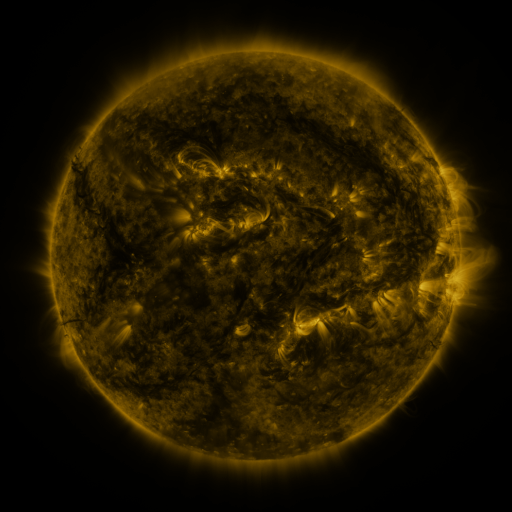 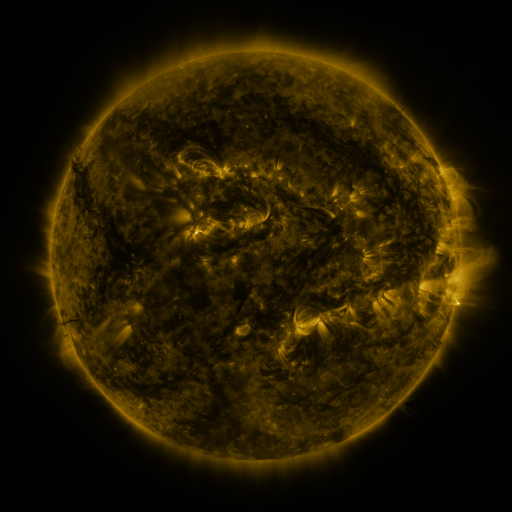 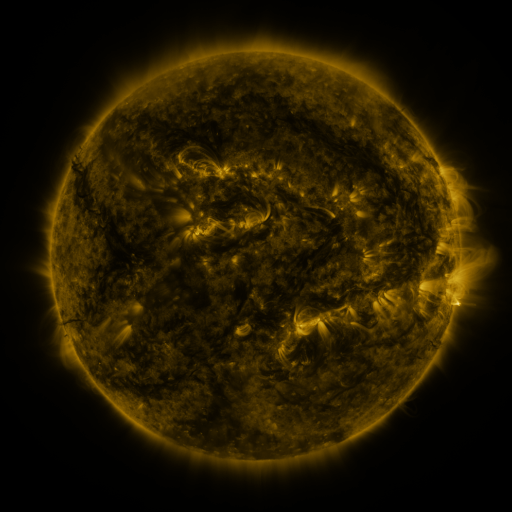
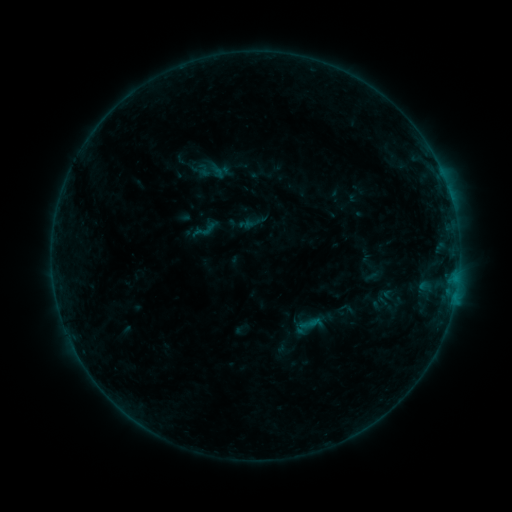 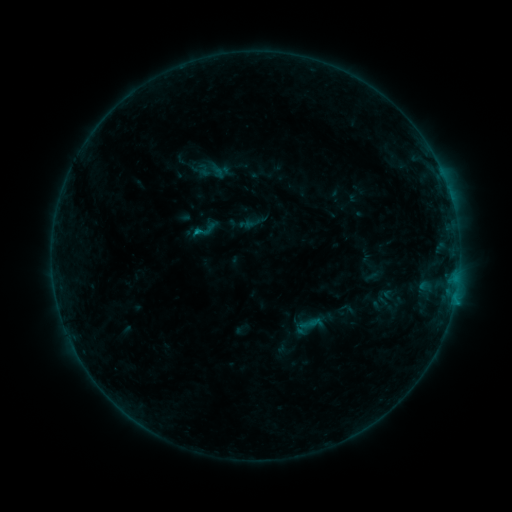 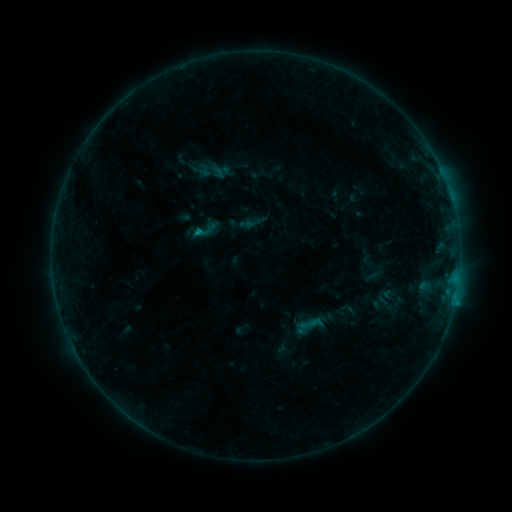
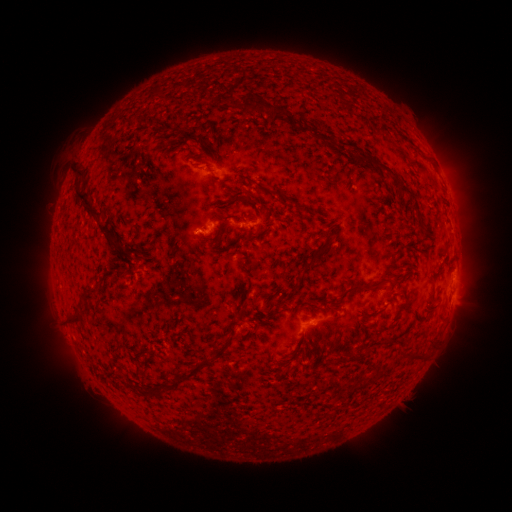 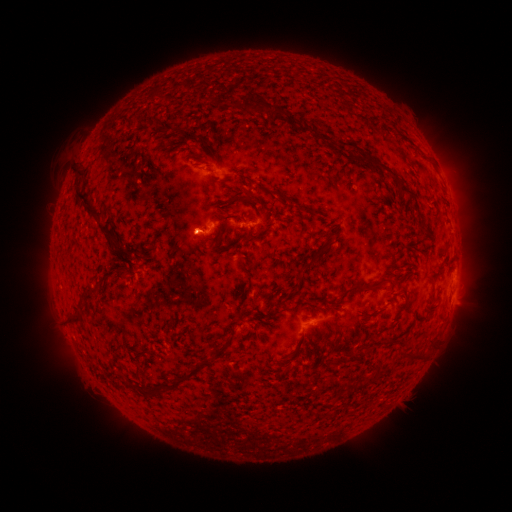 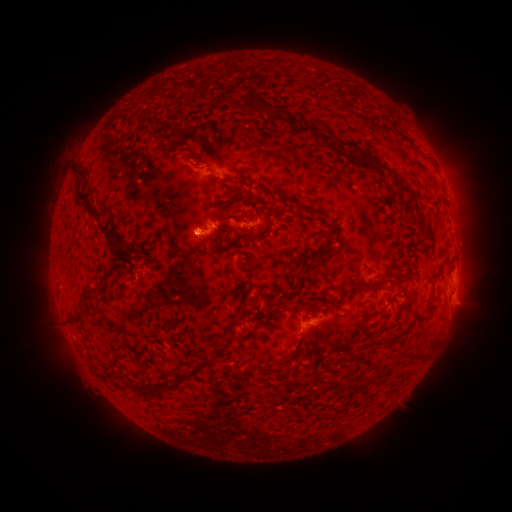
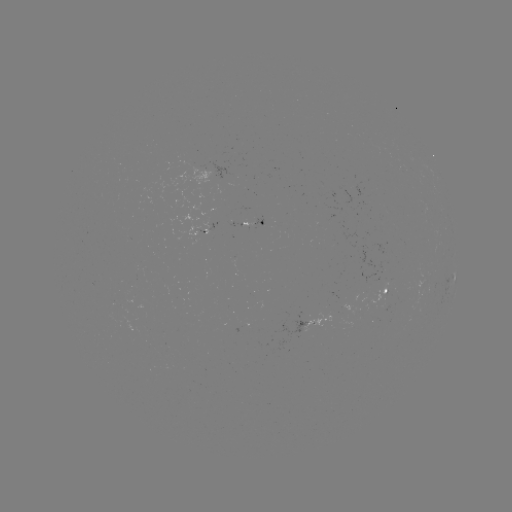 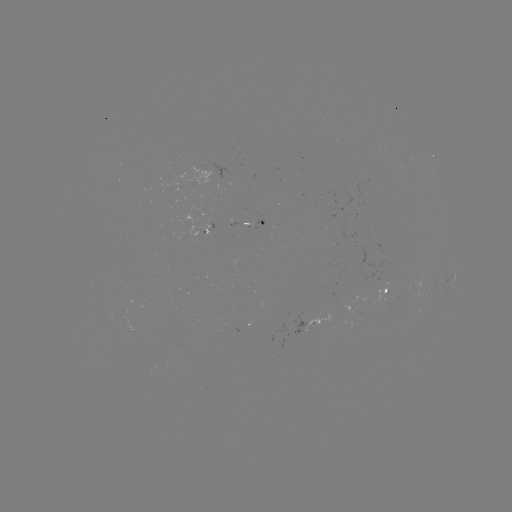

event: eruption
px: (199, 237)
